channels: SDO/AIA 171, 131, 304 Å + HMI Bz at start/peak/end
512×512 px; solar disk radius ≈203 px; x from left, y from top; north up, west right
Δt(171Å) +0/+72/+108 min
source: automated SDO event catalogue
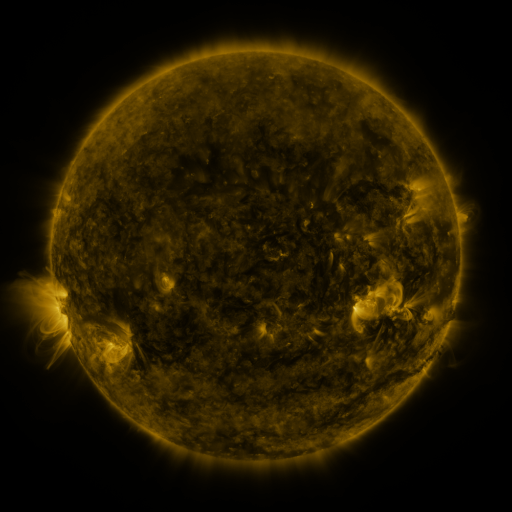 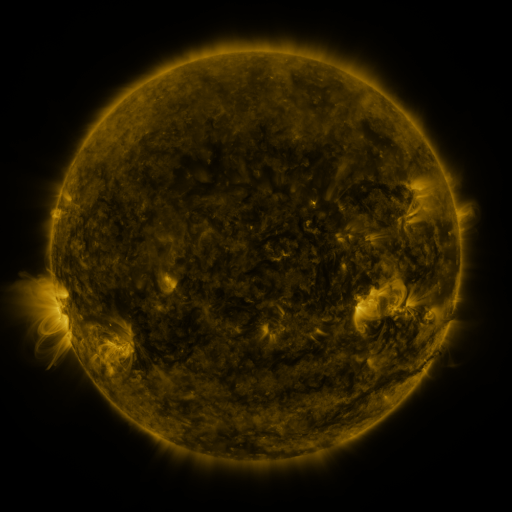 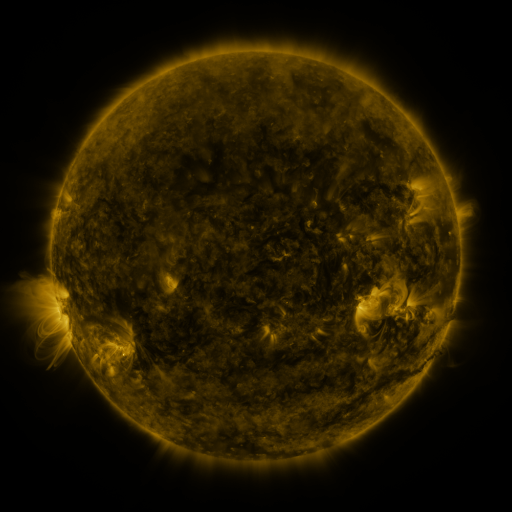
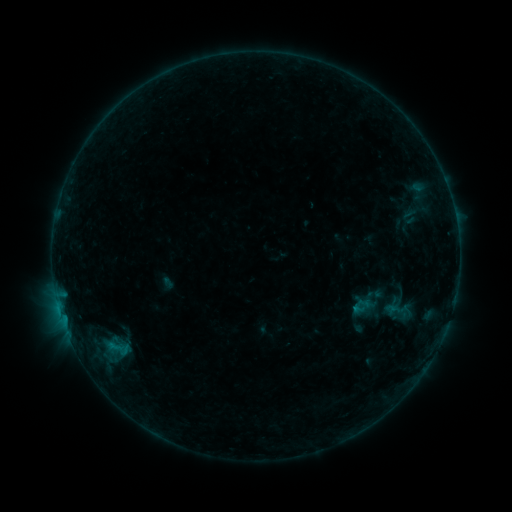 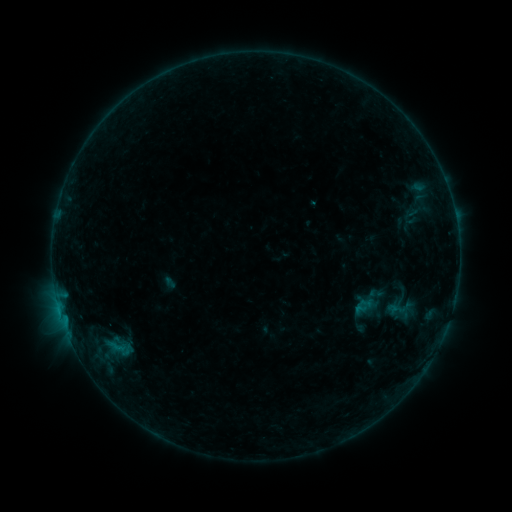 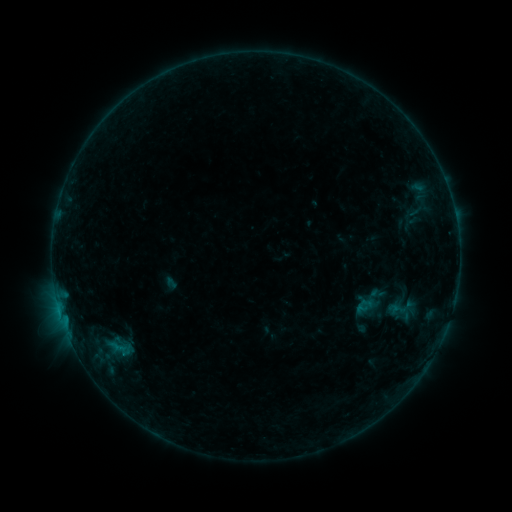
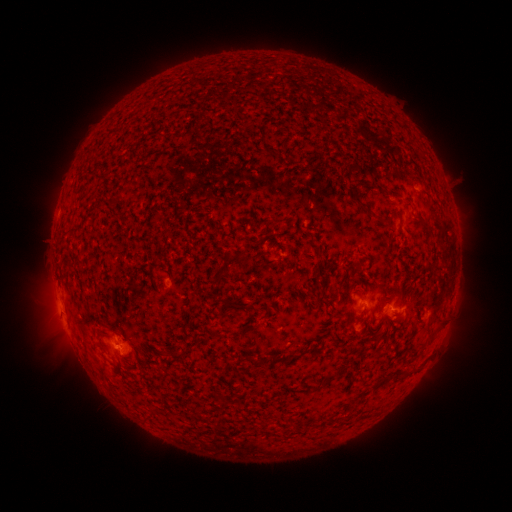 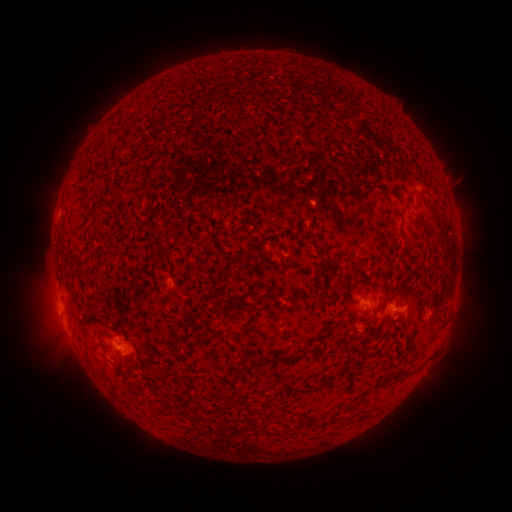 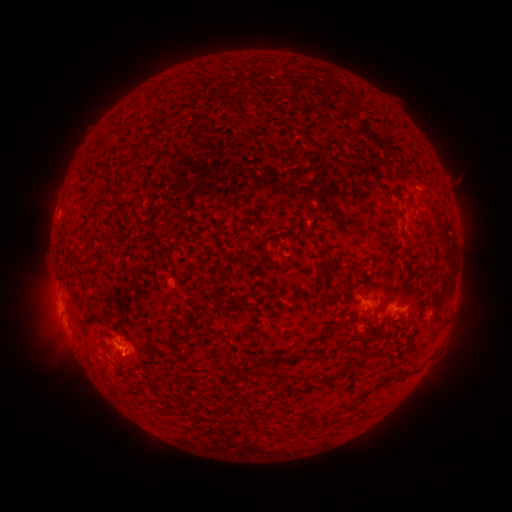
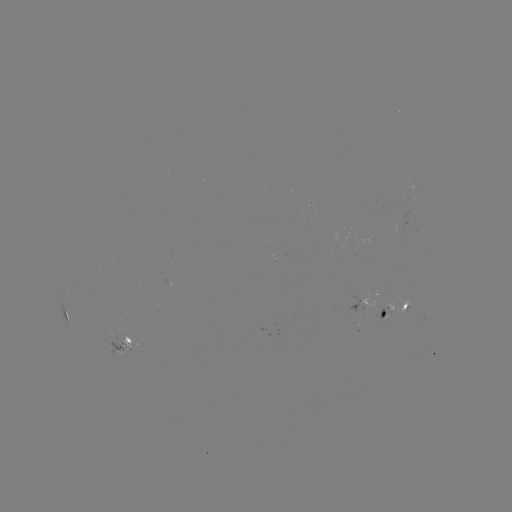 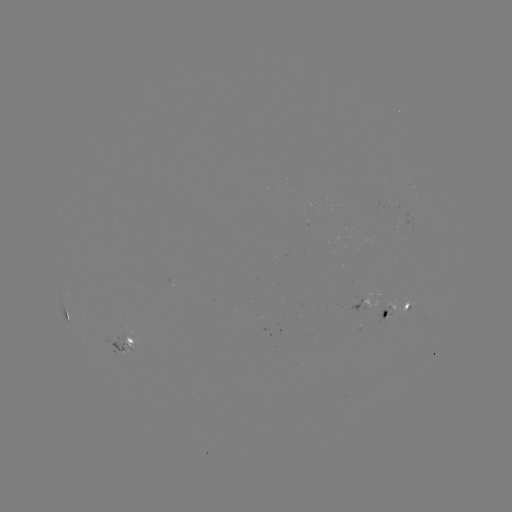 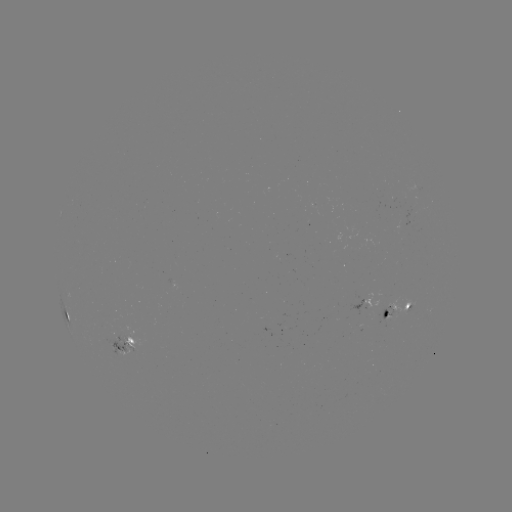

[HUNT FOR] emerging-flux region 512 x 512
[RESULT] (390, 314)